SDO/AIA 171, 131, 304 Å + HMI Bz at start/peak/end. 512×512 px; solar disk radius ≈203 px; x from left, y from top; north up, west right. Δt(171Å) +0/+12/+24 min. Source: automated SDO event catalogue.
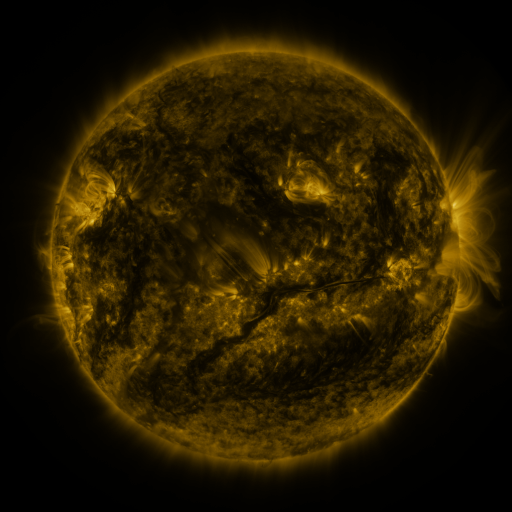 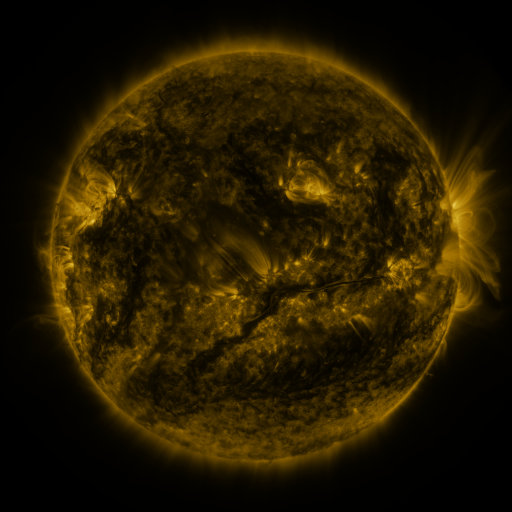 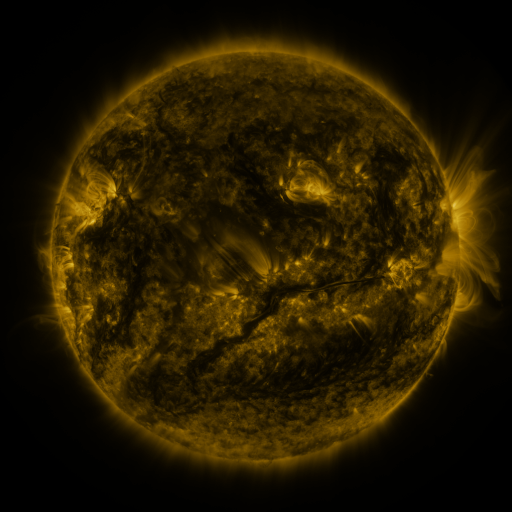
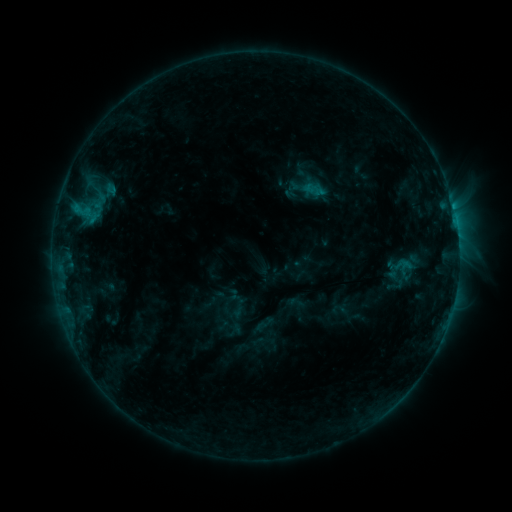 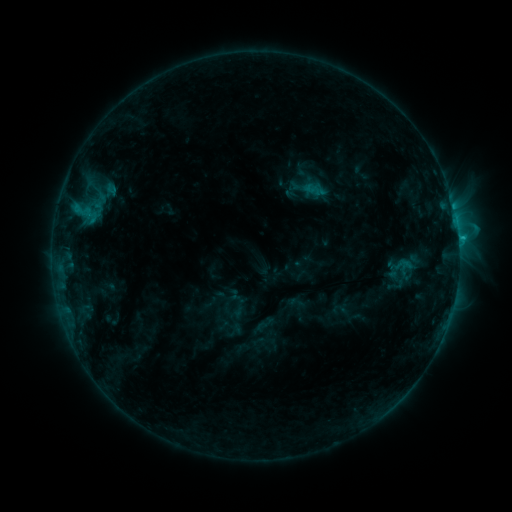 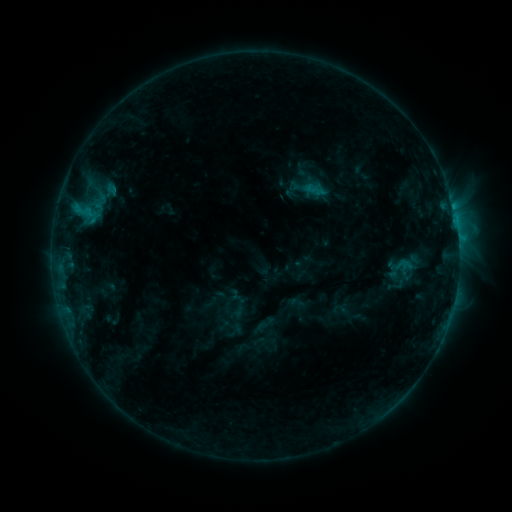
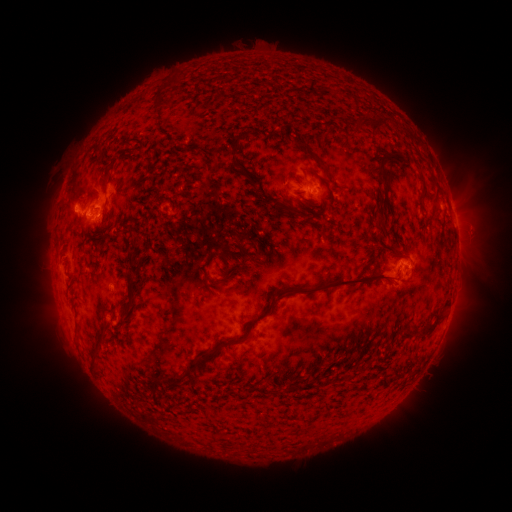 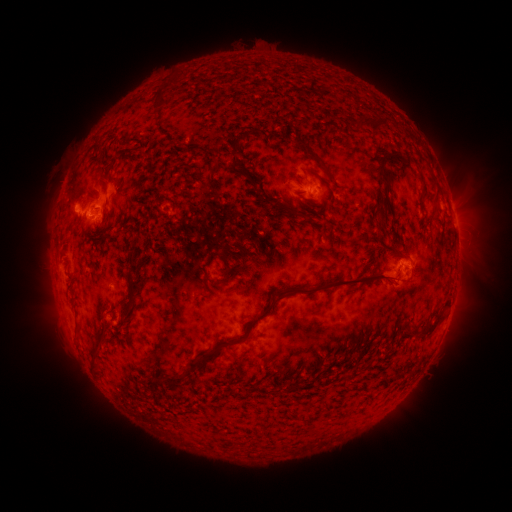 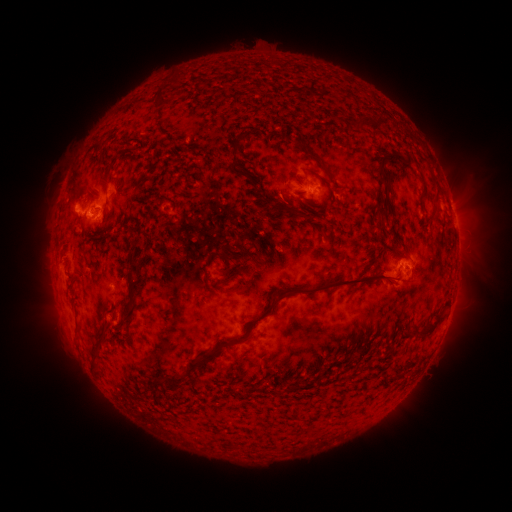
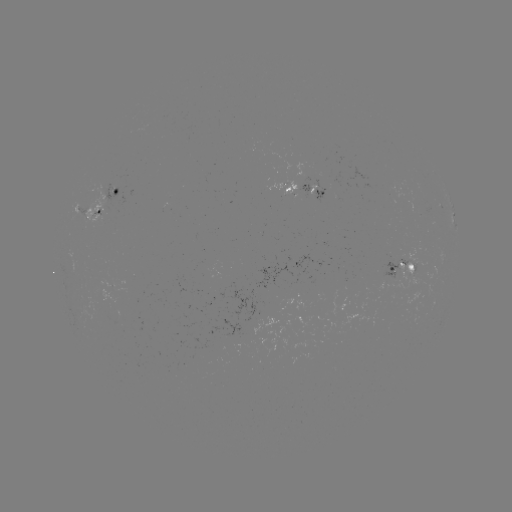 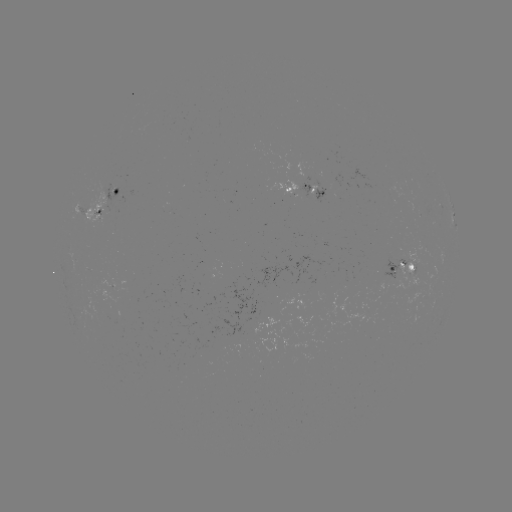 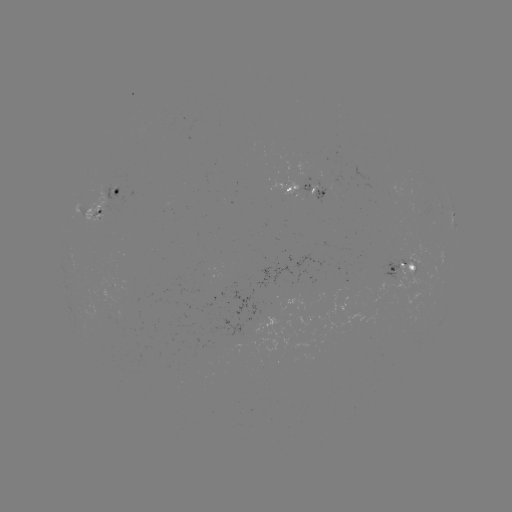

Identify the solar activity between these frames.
C1.5 flare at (458, 241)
